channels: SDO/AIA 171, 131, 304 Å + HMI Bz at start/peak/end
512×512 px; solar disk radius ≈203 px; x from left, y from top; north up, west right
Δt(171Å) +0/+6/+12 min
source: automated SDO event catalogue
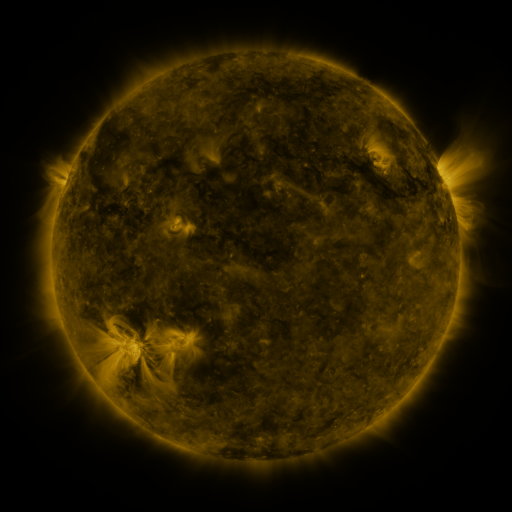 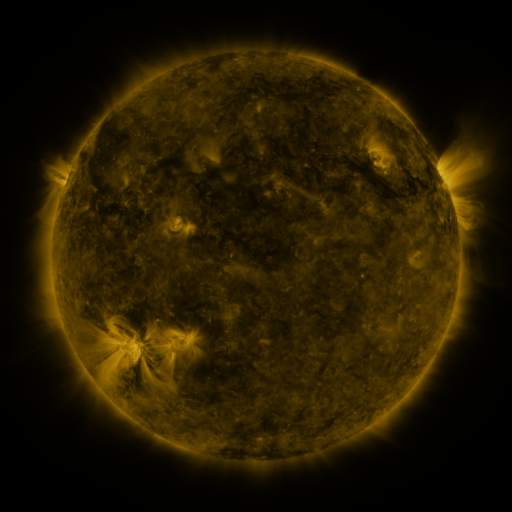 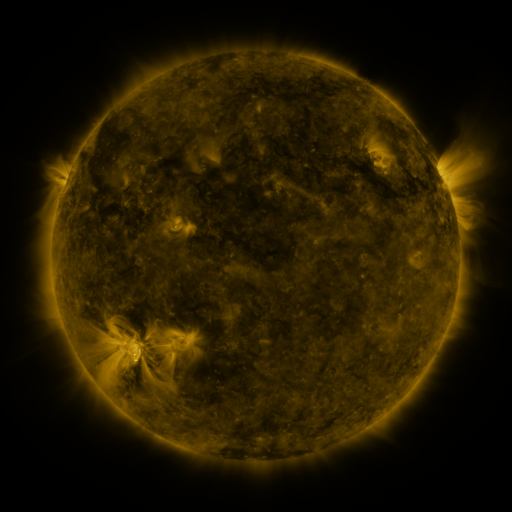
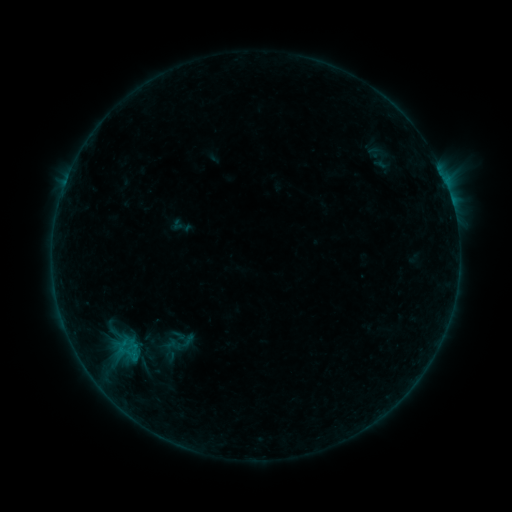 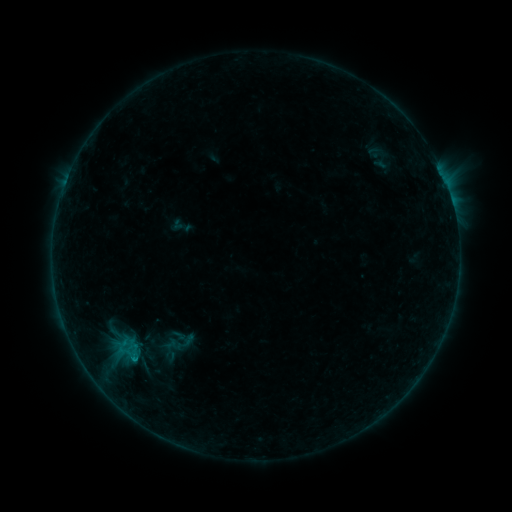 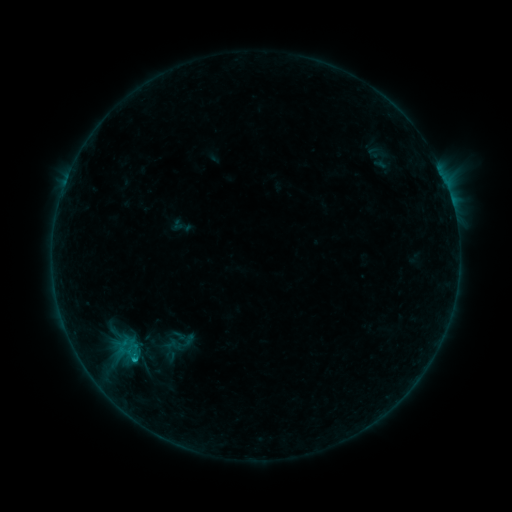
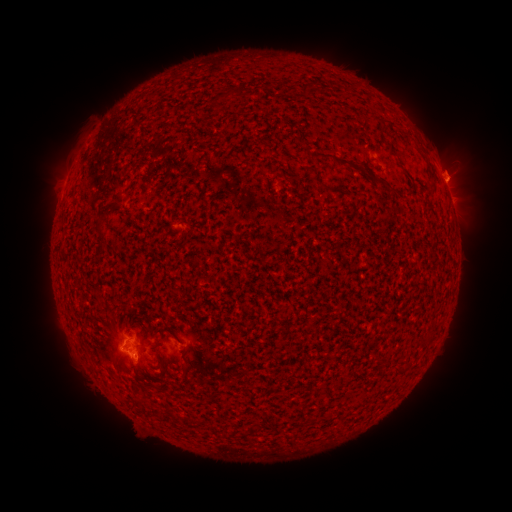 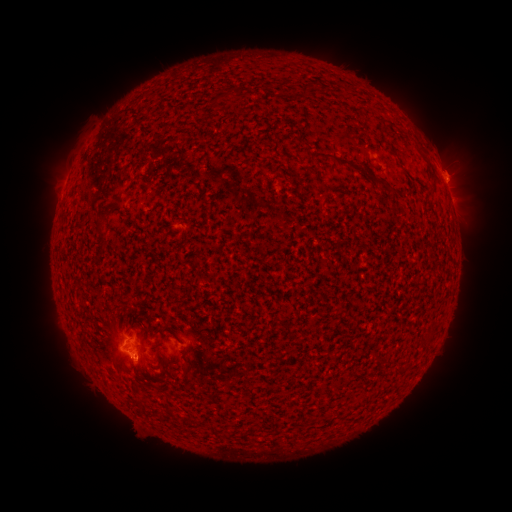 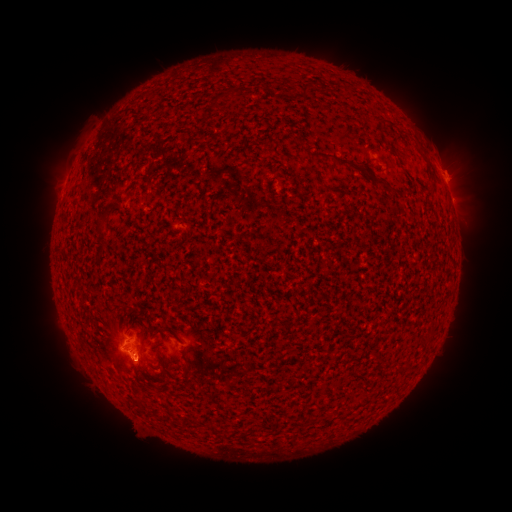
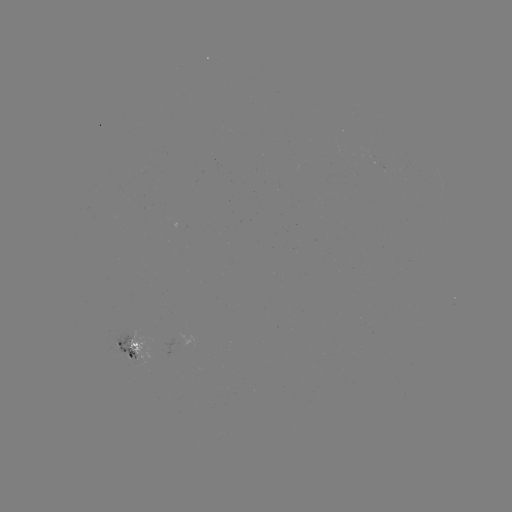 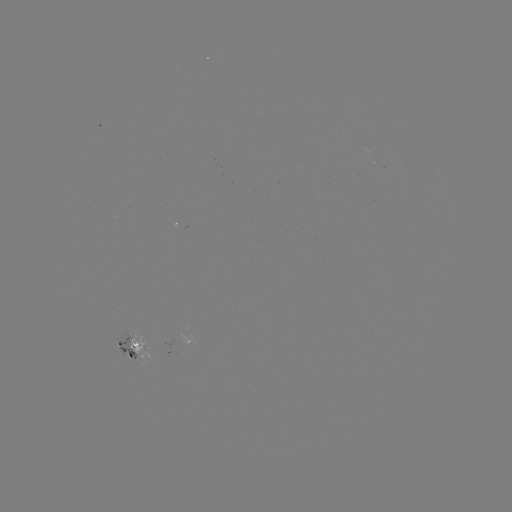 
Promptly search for B6.9 flare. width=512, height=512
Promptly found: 128,356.